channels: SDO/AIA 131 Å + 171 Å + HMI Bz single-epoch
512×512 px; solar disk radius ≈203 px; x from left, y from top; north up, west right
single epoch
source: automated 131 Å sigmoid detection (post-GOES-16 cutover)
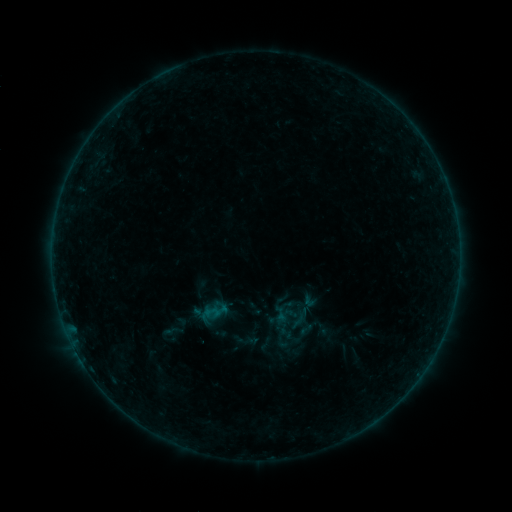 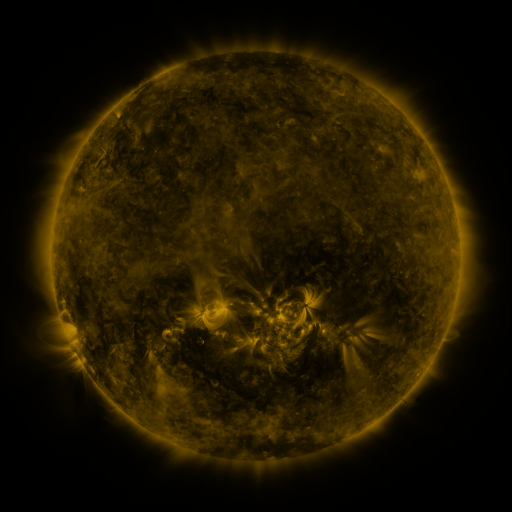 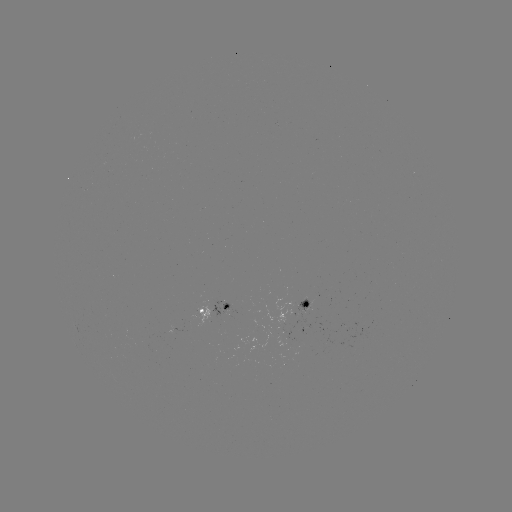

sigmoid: <bbox>297, 321, 314, 338</bbox>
